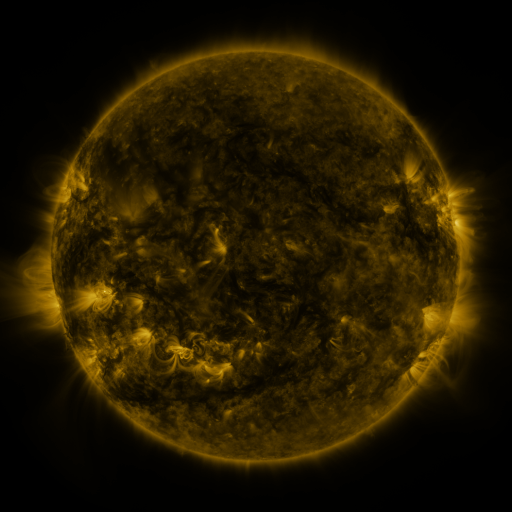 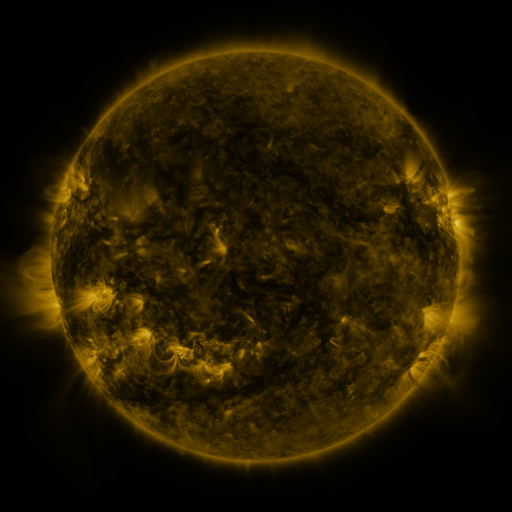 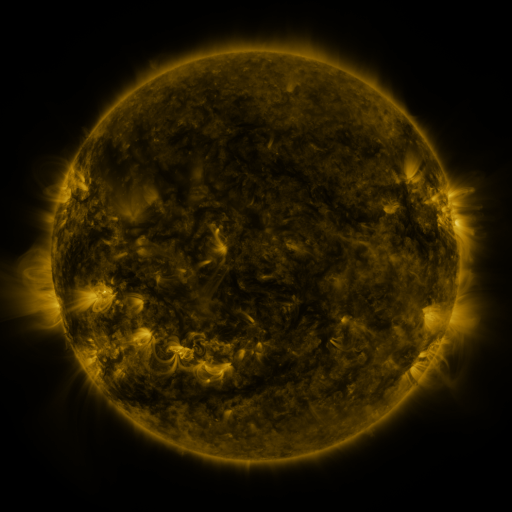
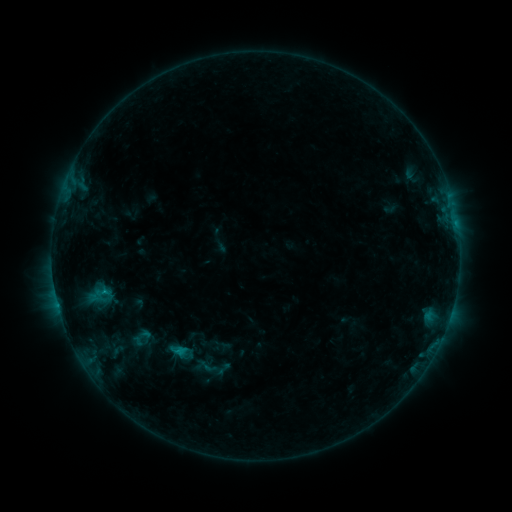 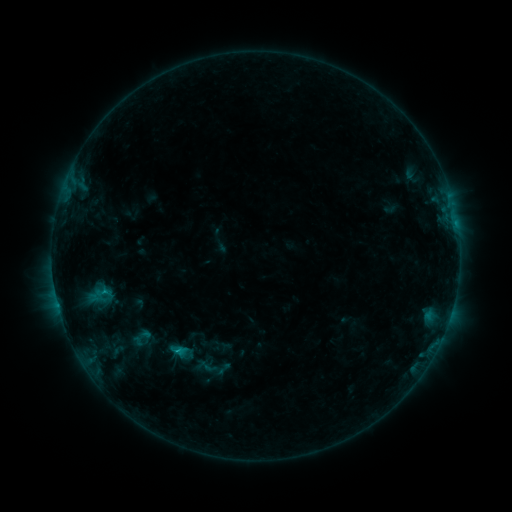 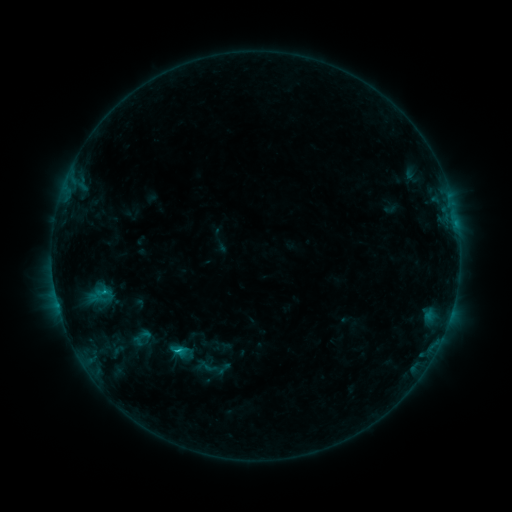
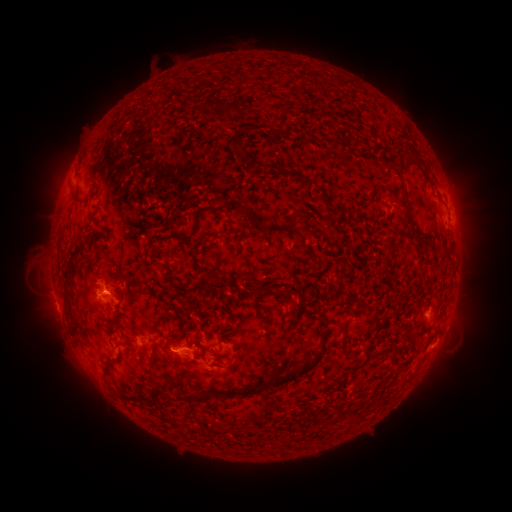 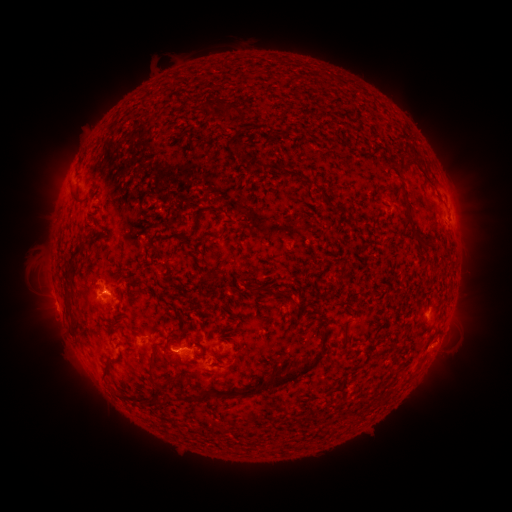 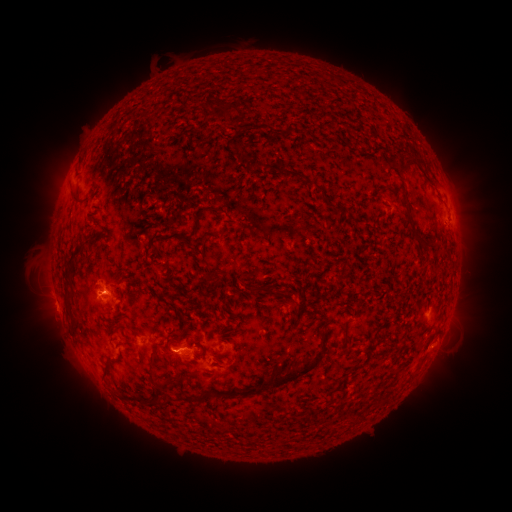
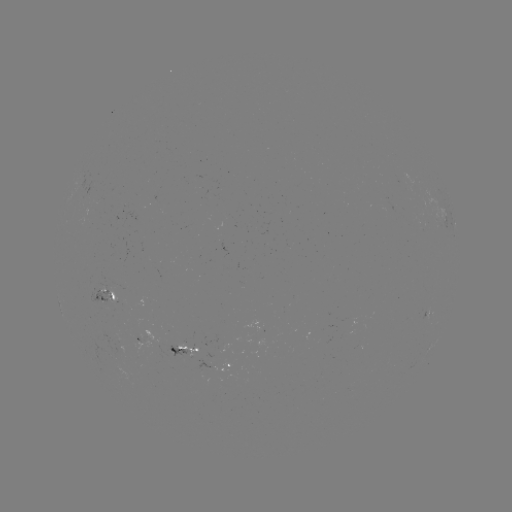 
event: flare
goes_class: C1.0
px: (179, 351)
